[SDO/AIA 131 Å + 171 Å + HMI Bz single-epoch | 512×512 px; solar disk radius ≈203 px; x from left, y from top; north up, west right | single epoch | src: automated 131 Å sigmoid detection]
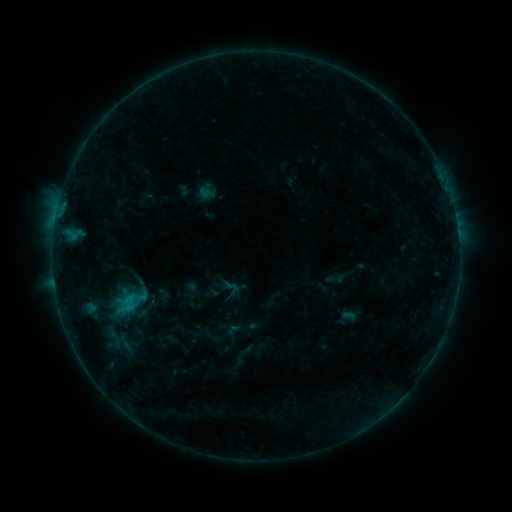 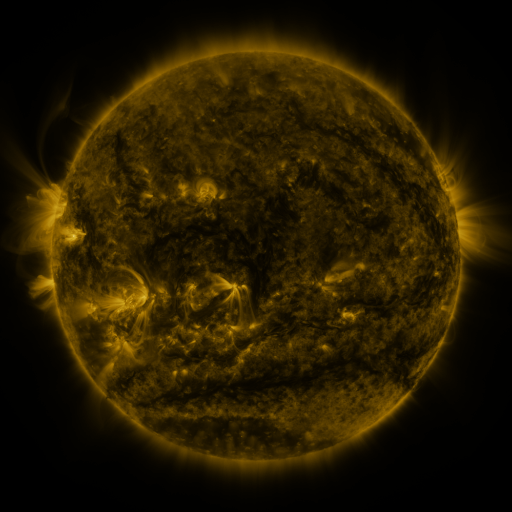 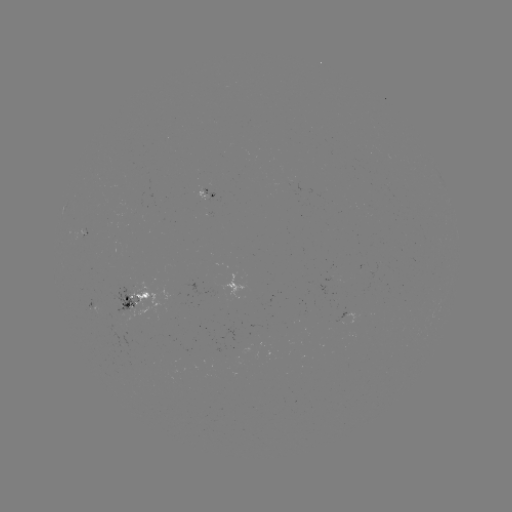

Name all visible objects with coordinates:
sigmoid: (112, 337)
